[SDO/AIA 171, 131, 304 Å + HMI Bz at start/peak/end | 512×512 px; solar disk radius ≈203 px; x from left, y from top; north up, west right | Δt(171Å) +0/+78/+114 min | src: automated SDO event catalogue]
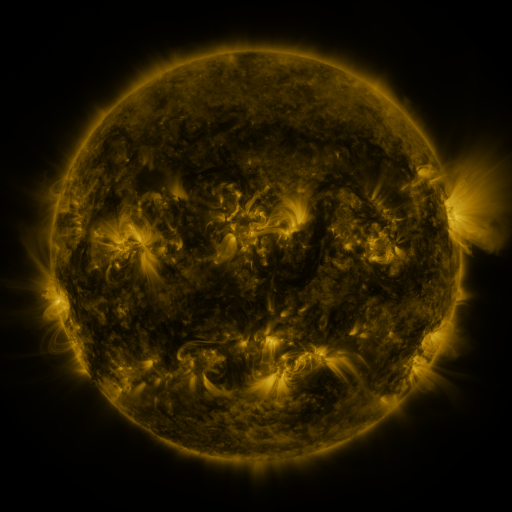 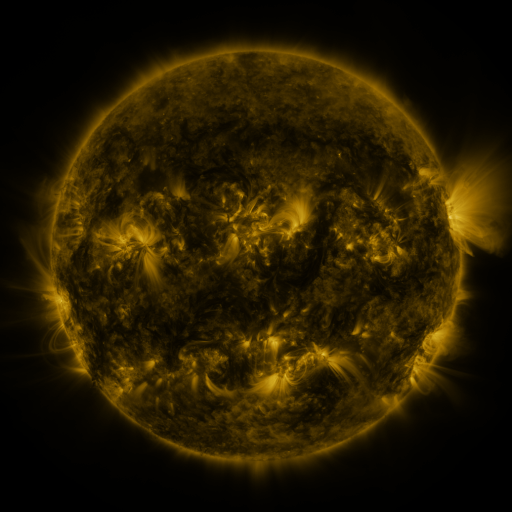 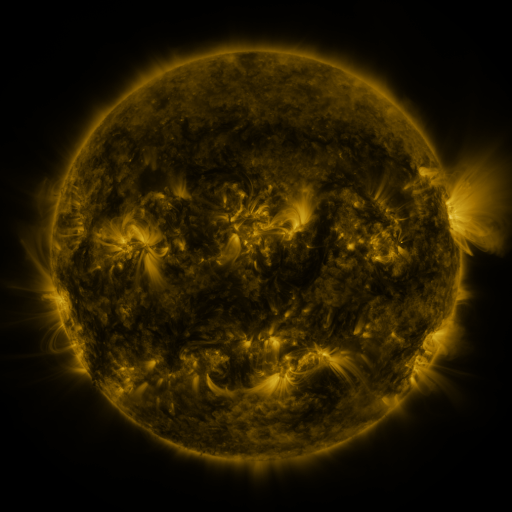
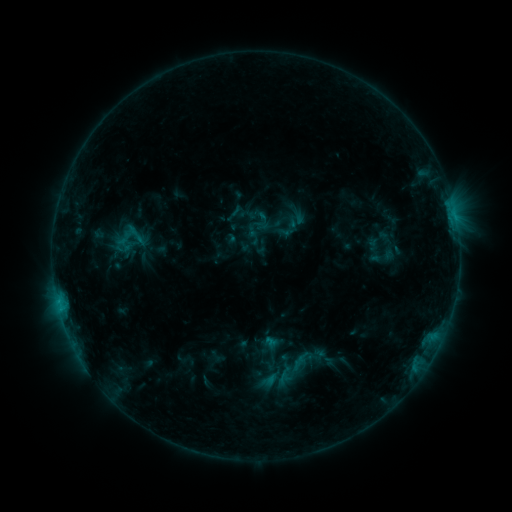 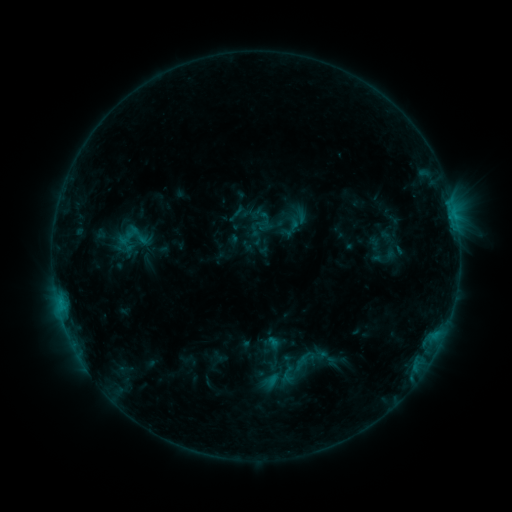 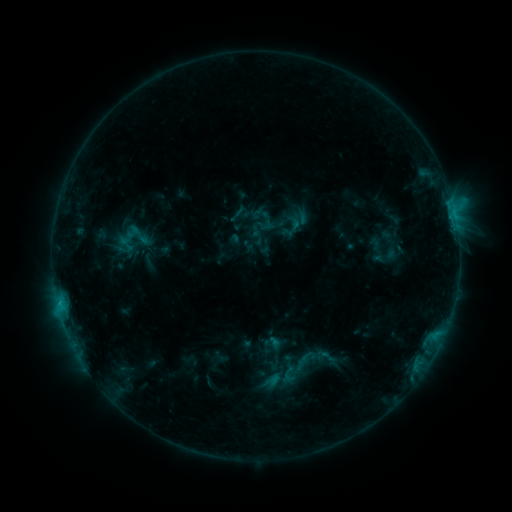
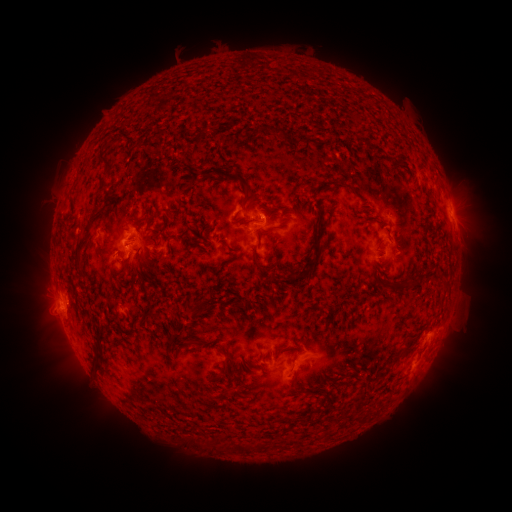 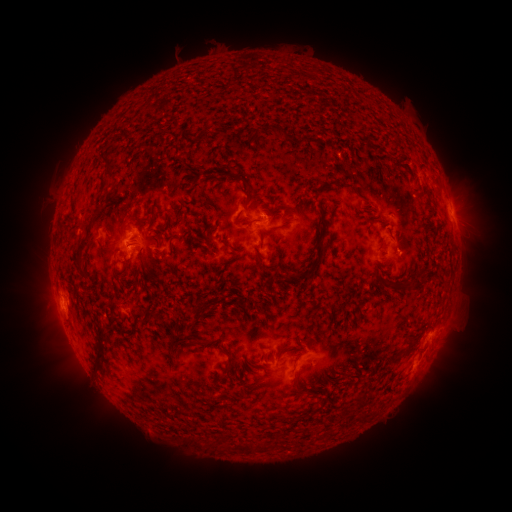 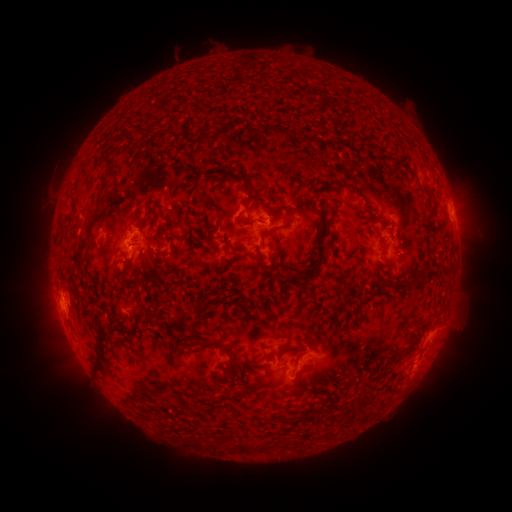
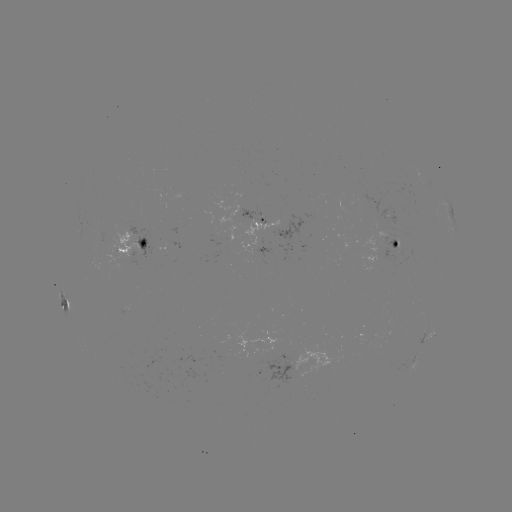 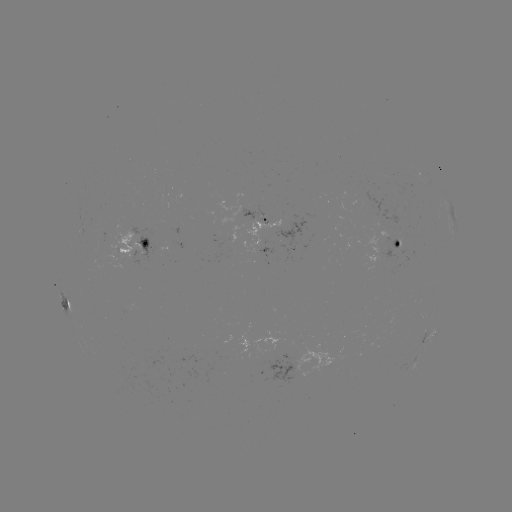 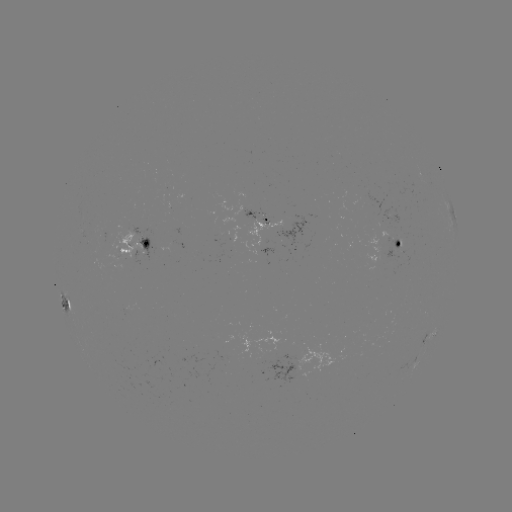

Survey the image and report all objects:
emerging-flux region: (398, 243)
